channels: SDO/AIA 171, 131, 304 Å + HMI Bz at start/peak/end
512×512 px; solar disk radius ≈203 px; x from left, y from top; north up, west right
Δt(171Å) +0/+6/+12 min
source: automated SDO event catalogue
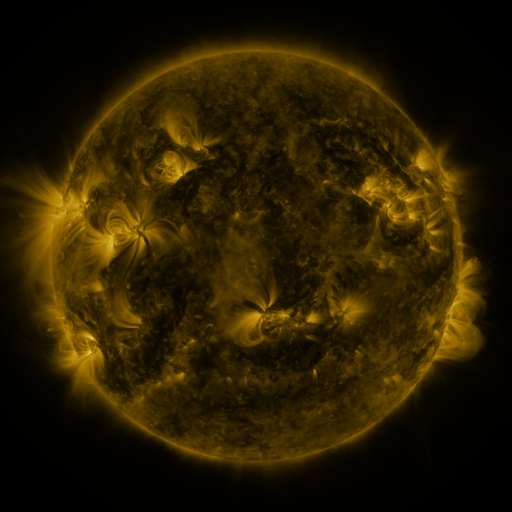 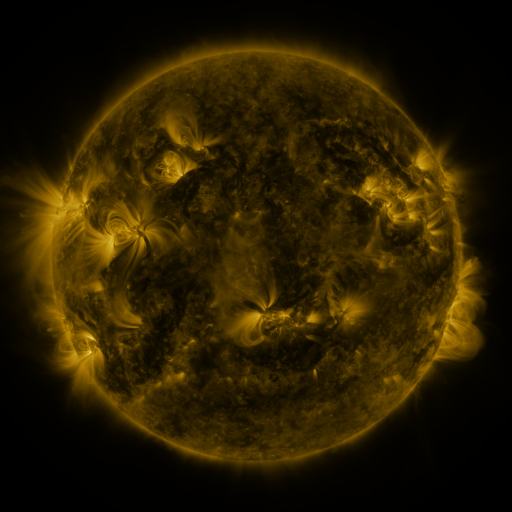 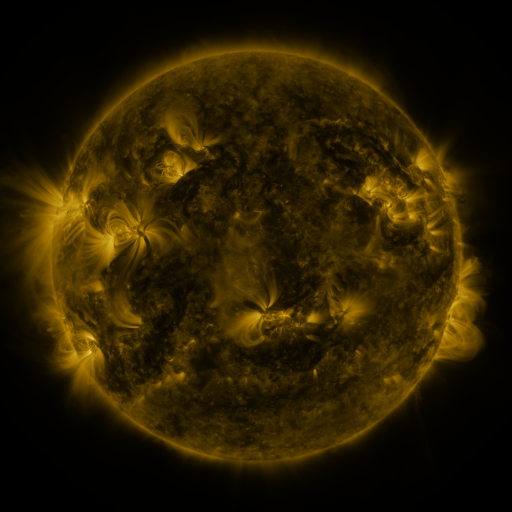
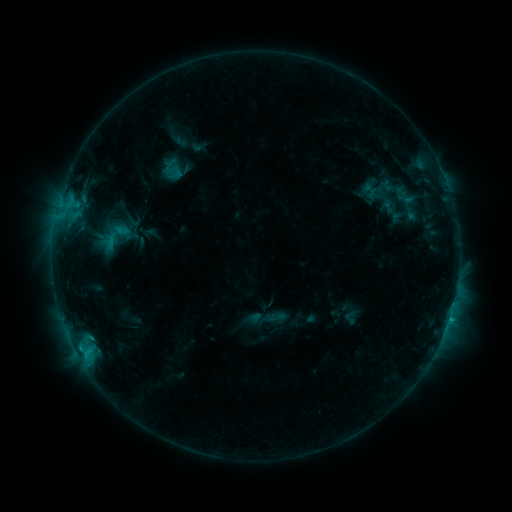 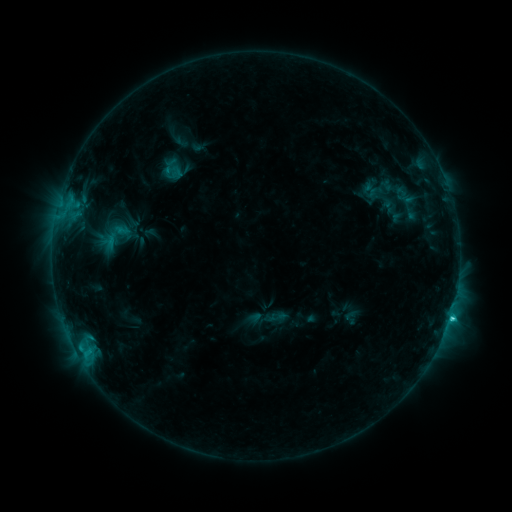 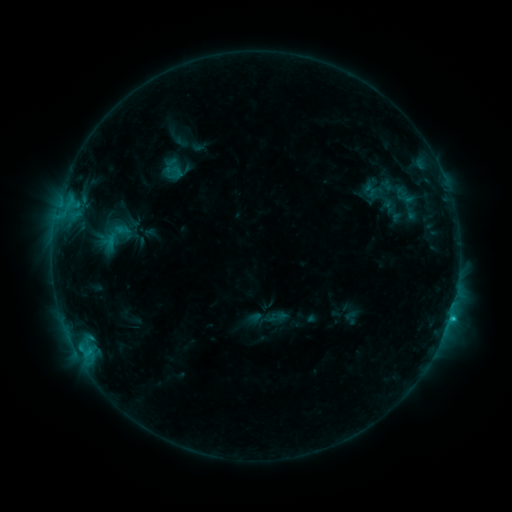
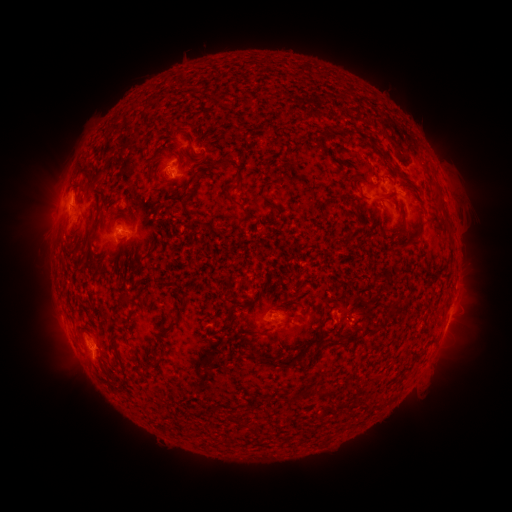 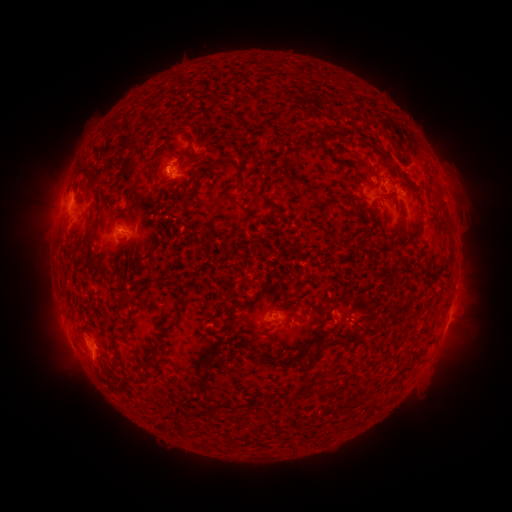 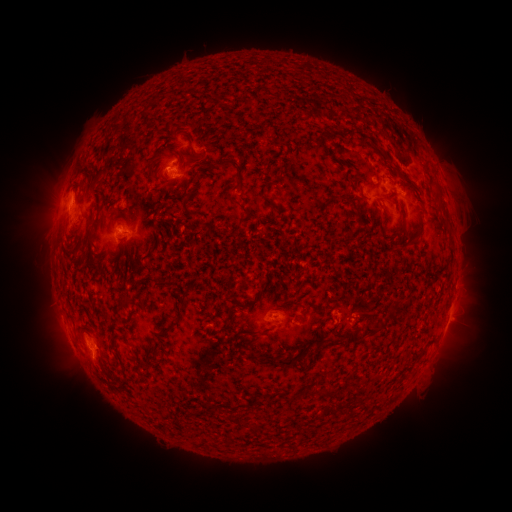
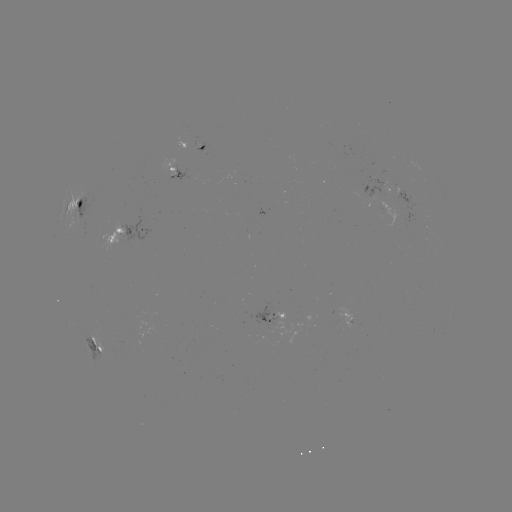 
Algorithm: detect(C2.2 flare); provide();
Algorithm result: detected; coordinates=[450, 315]